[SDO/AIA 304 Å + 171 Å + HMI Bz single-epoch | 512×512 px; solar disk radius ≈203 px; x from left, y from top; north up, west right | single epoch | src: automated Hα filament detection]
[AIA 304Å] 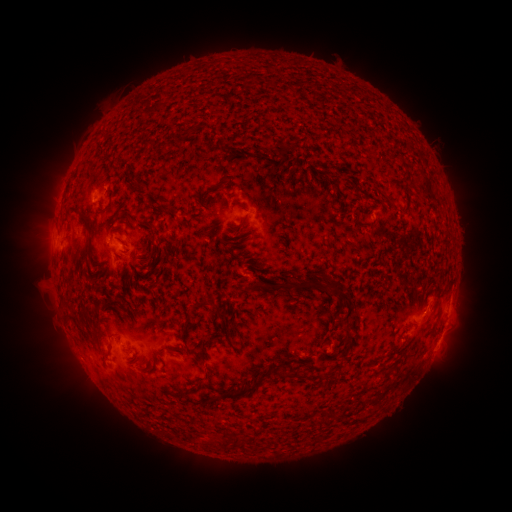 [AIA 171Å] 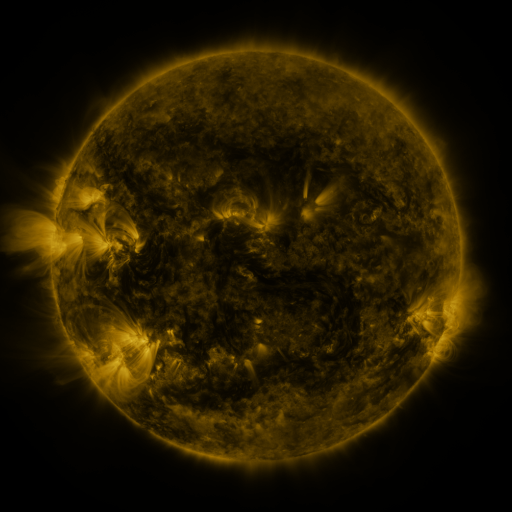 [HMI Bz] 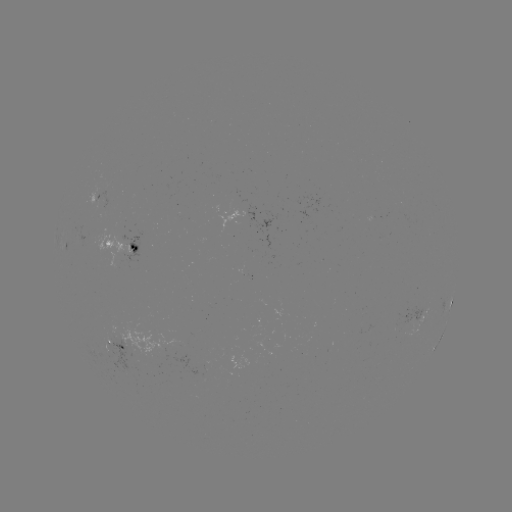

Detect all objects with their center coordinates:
filament: (280, 153)
filament: (126, 214)
filament: (244, 220)
filament: (185, 223)
filament: (89, 232)
filament: (134, 250)
filament: (154, 253)
filament: (280, 286)
filament: (335, 288)
filament: (96, 313)
filament: (225, 319)
filament: (349, 334)
filament: (204, 359)
filament: (273, 368)
filament: (286, 369)
filament: (244, 391)
filament: (186, 394)
